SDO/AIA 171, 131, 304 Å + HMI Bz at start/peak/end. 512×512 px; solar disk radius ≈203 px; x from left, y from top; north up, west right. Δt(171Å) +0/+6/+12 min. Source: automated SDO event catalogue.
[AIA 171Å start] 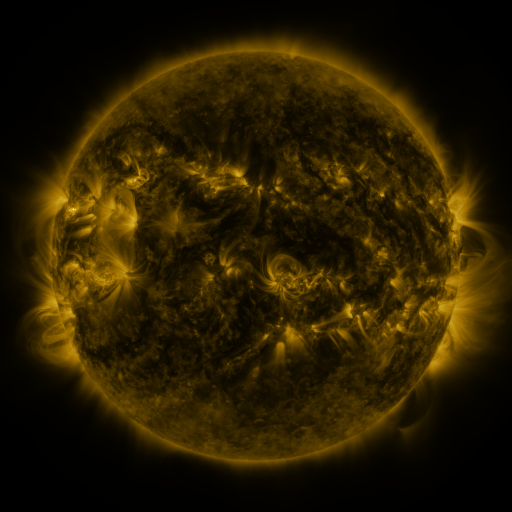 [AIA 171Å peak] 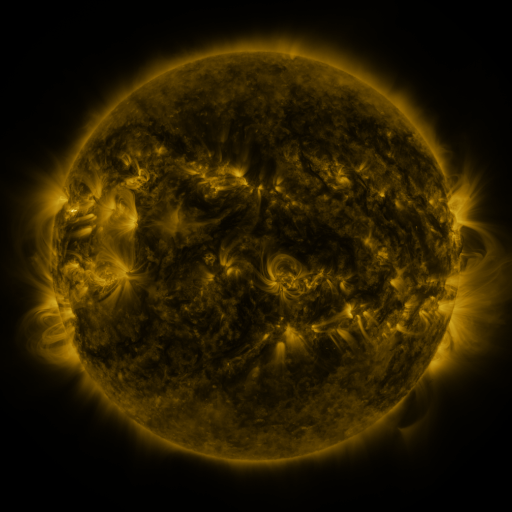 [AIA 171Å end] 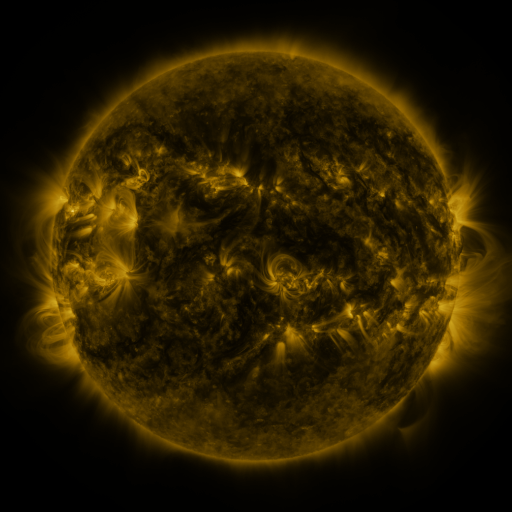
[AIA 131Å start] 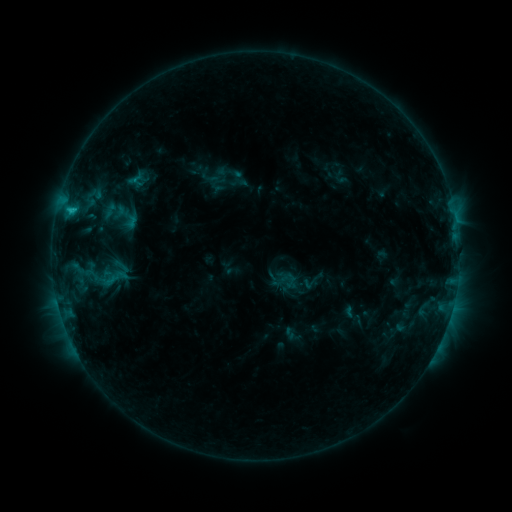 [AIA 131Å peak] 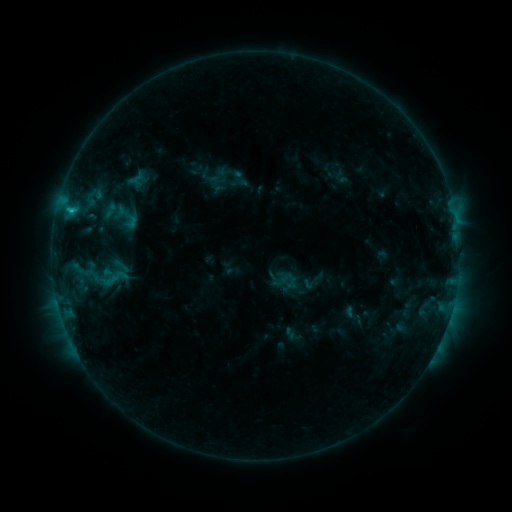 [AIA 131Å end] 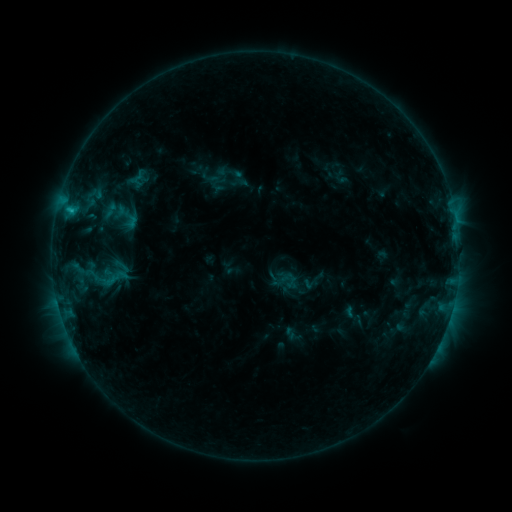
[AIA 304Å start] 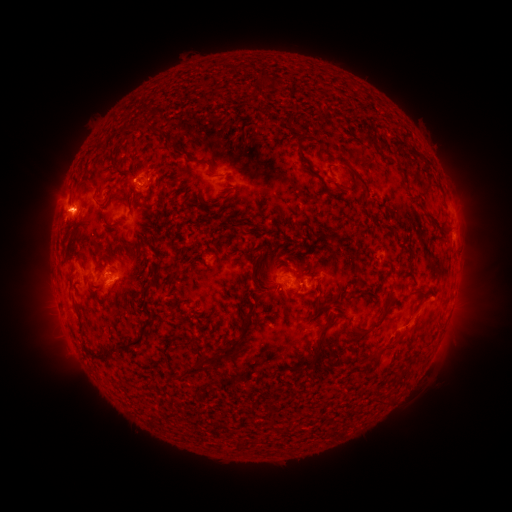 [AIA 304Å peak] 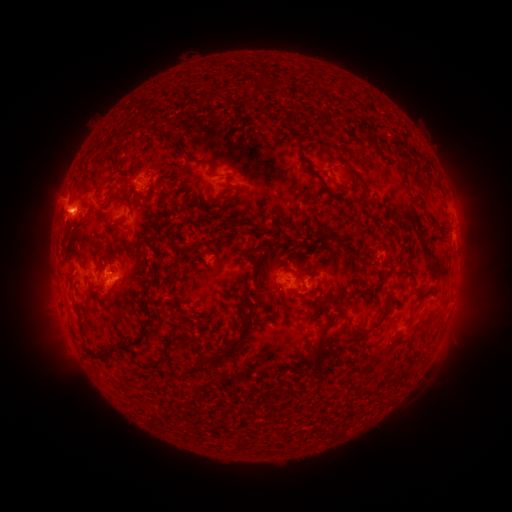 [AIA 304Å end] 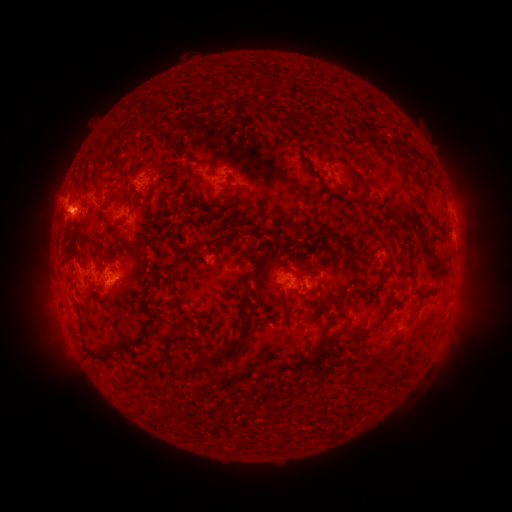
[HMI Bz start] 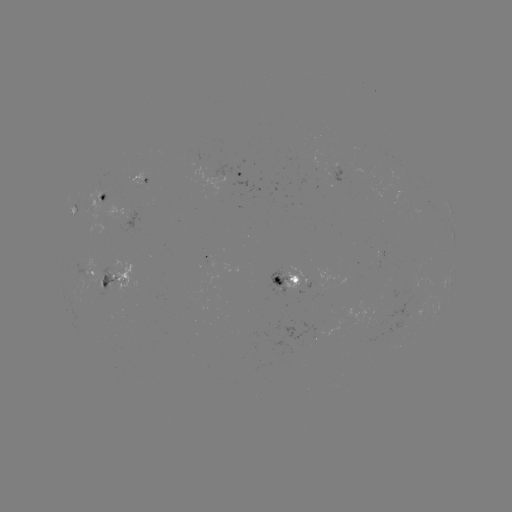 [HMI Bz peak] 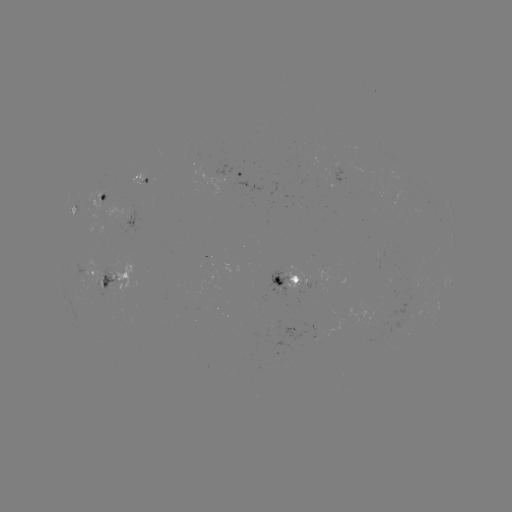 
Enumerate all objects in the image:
eruption: (65, 210)
